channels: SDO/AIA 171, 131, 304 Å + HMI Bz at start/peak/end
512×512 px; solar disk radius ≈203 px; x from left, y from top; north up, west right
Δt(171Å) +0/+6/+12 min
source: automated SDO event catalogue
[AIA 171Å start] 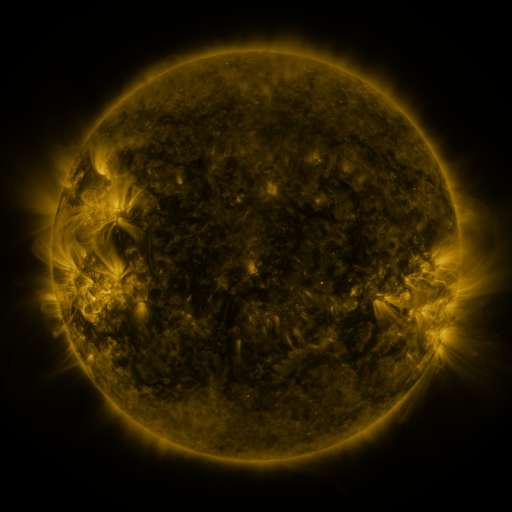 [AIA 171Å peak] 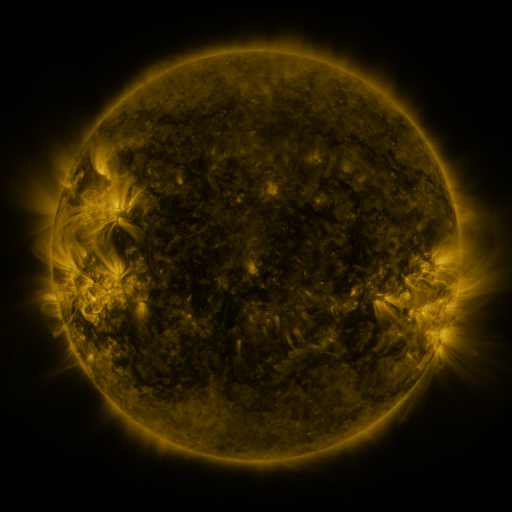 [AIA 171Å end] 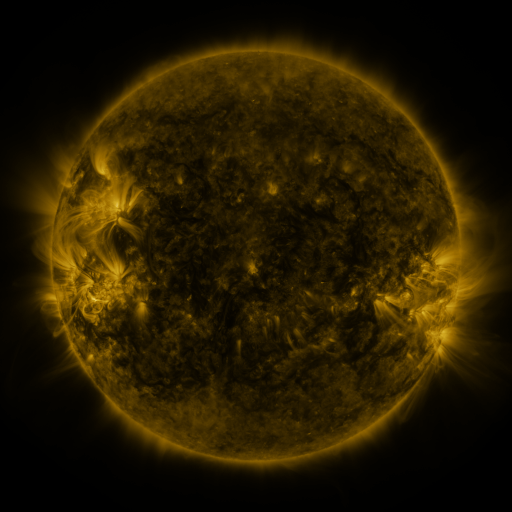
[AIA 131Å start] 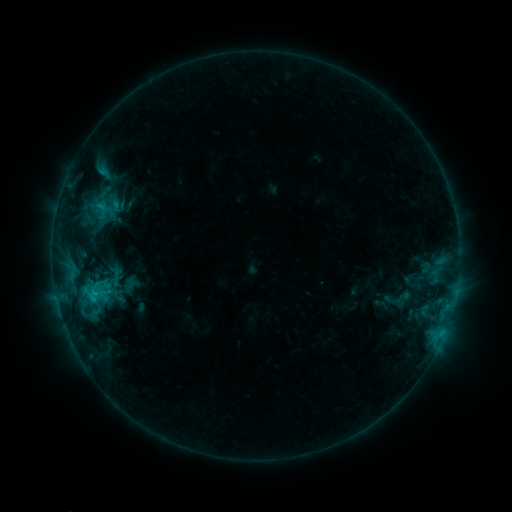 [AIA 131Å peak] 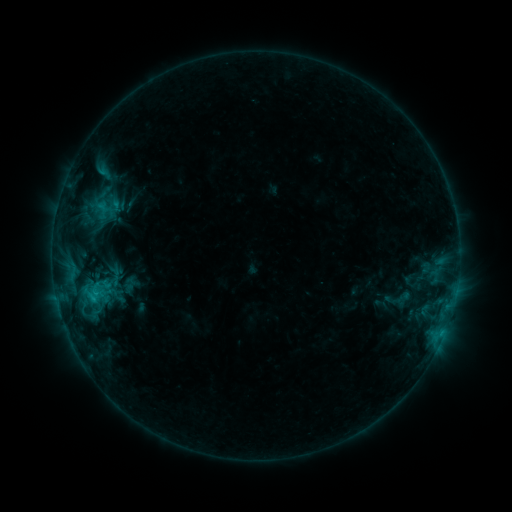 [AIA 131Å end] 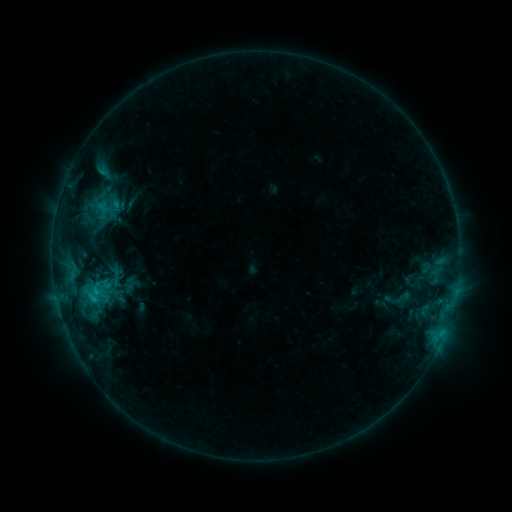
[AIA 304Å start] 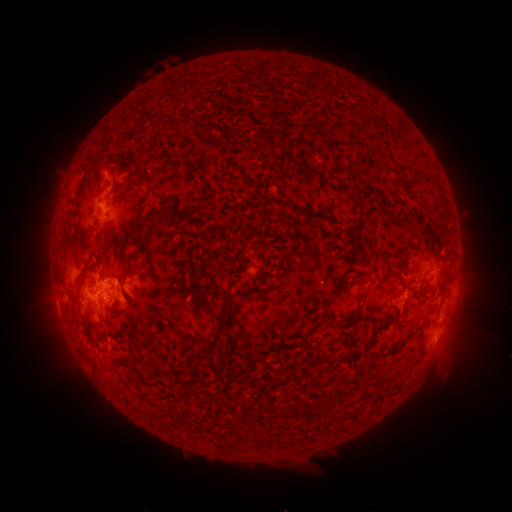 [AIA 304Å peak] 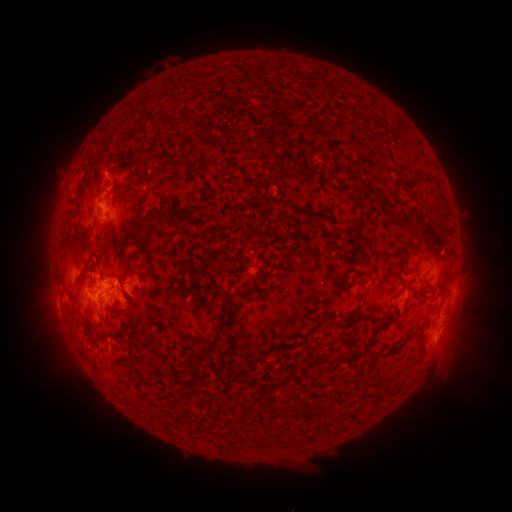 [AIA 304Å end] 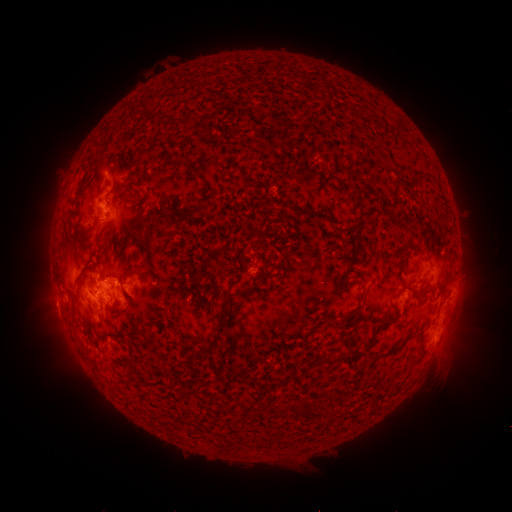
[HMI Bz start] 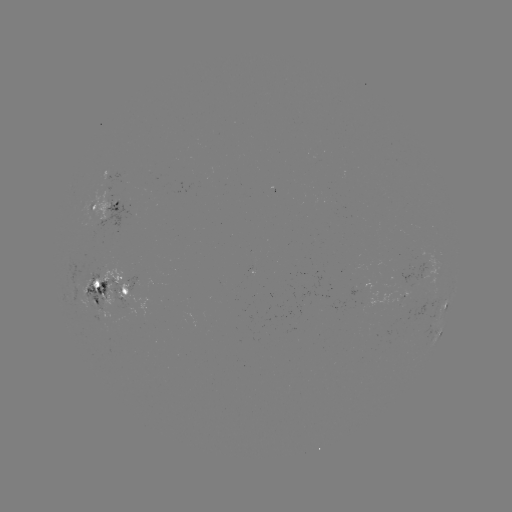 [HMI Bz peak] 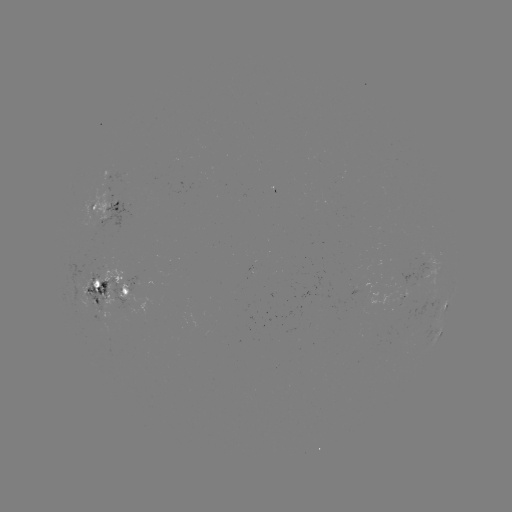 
nothing was catalogued: no classed flare, no EUV trigger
